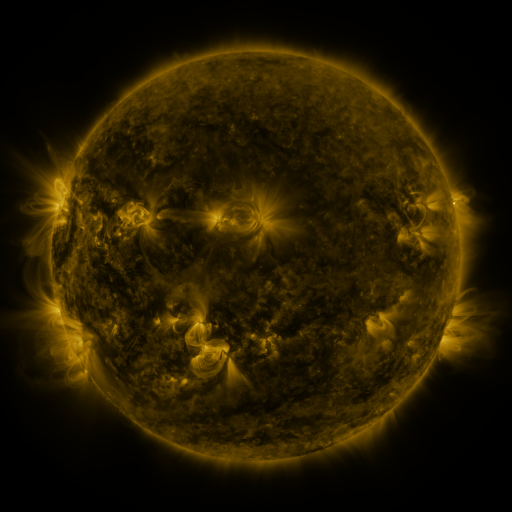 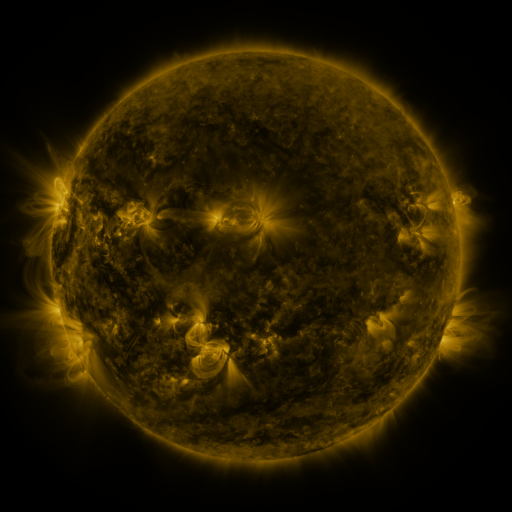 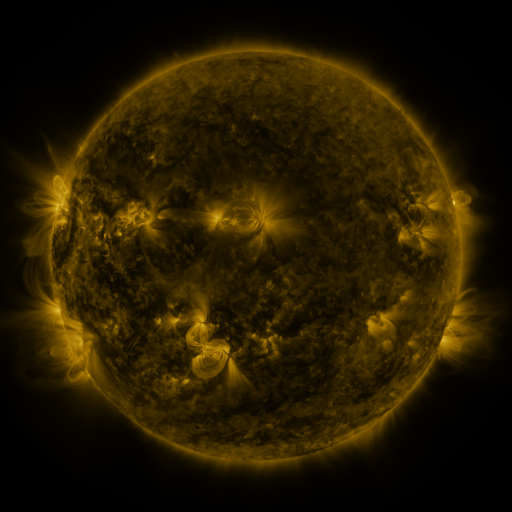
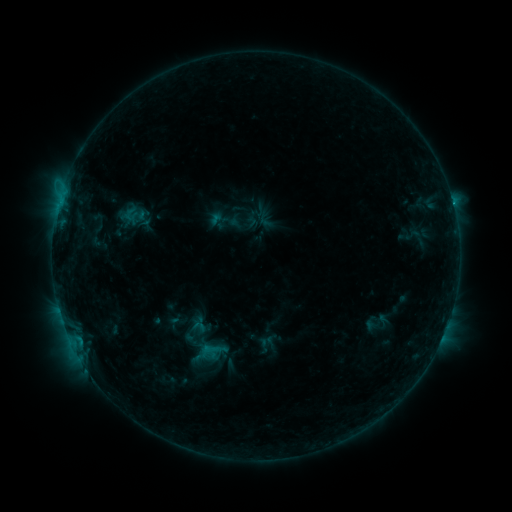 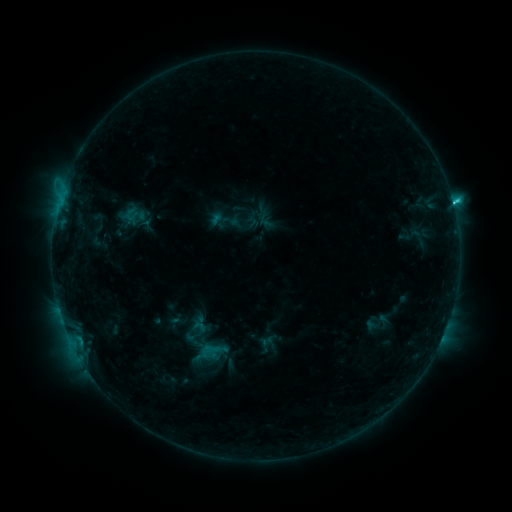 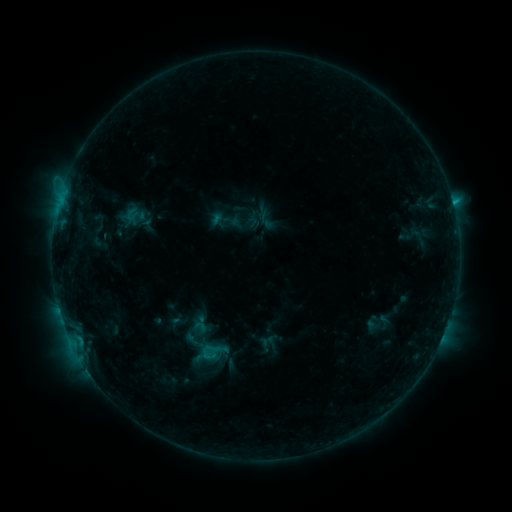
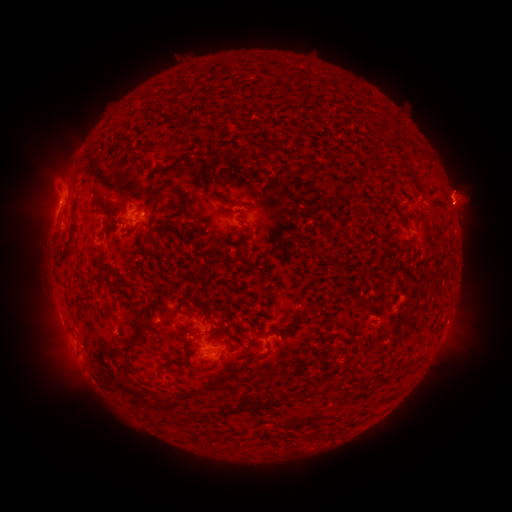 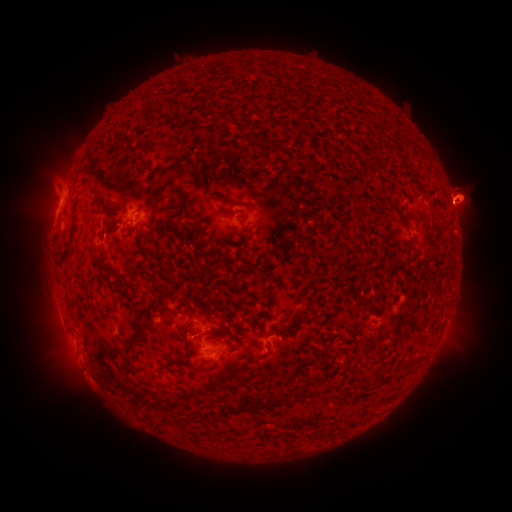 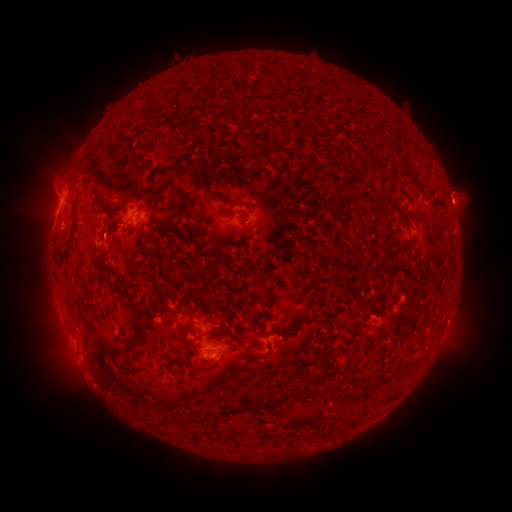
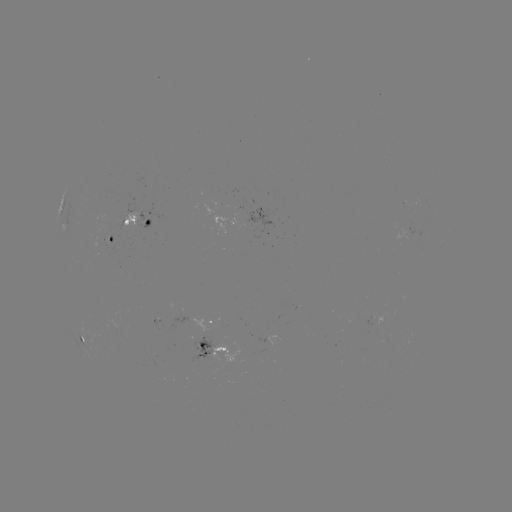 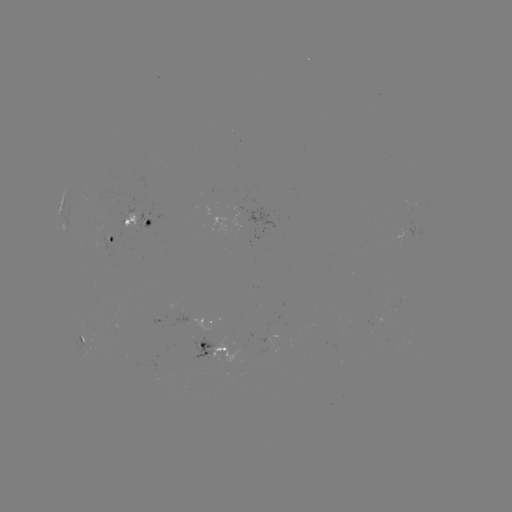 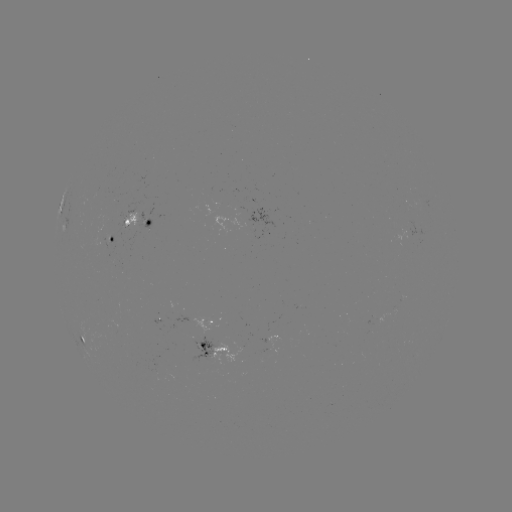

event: flare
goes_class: C1.6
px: (452, 203)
